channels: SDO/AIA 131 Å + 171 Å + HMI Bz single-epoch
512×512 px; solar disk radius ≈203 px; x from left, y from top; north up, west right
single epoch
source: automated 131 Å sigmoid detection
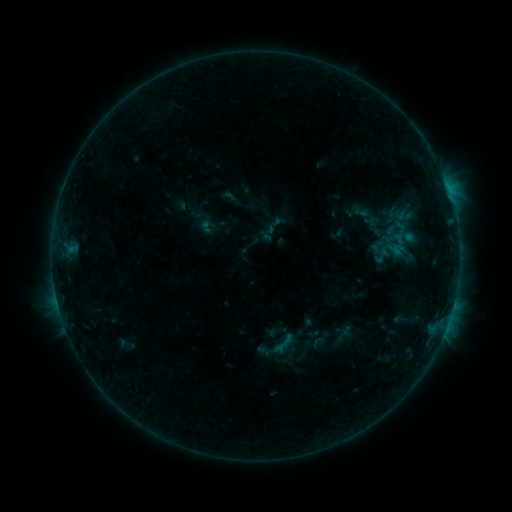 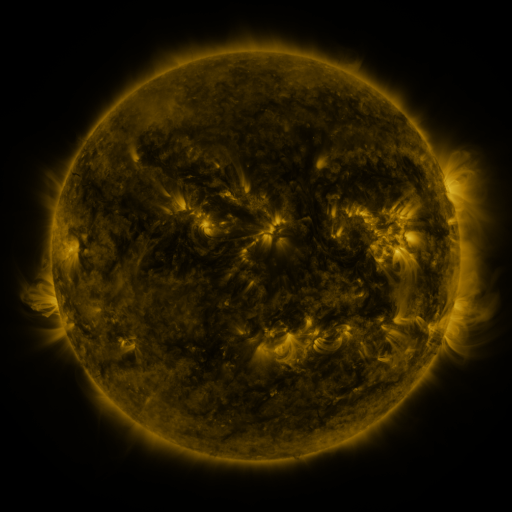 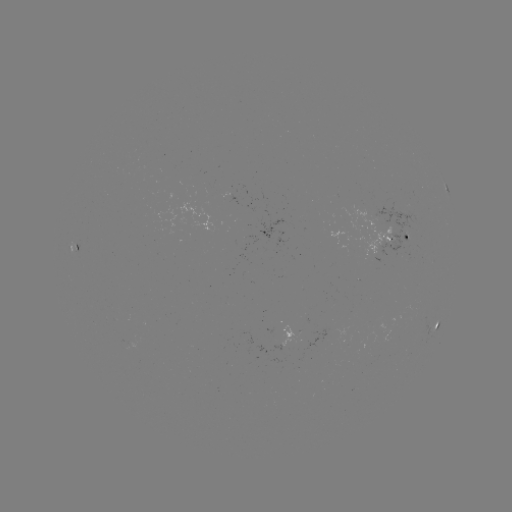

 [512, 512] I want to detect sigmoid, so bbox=[372, 246, 392, 265].